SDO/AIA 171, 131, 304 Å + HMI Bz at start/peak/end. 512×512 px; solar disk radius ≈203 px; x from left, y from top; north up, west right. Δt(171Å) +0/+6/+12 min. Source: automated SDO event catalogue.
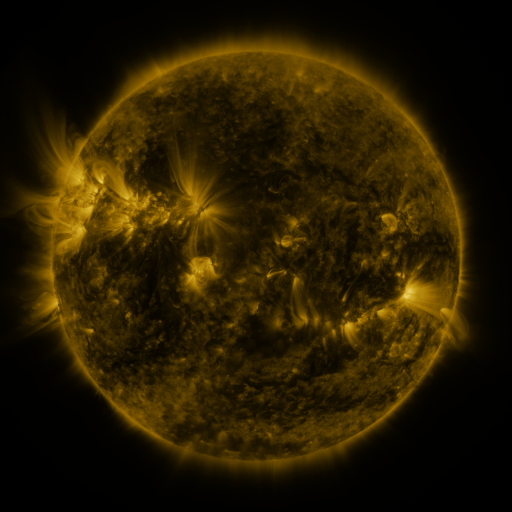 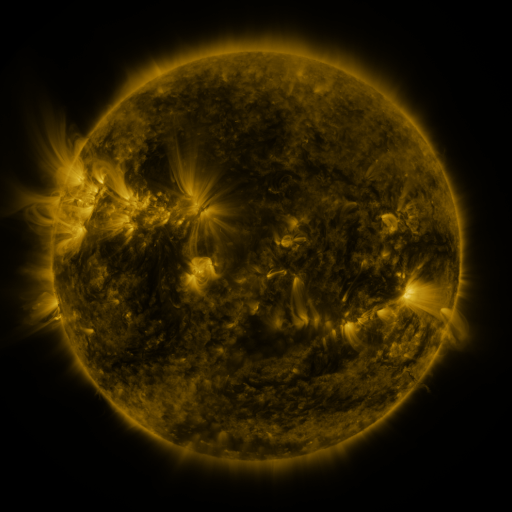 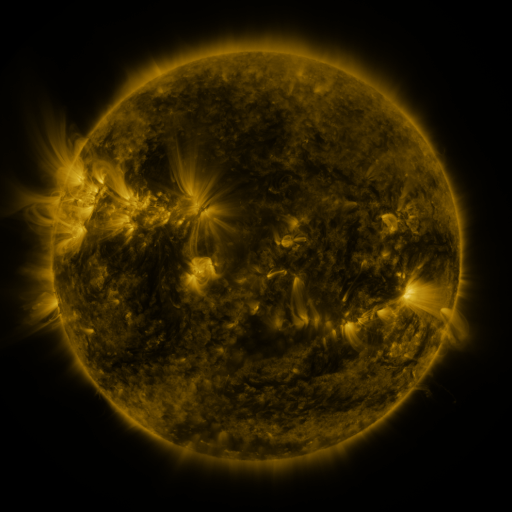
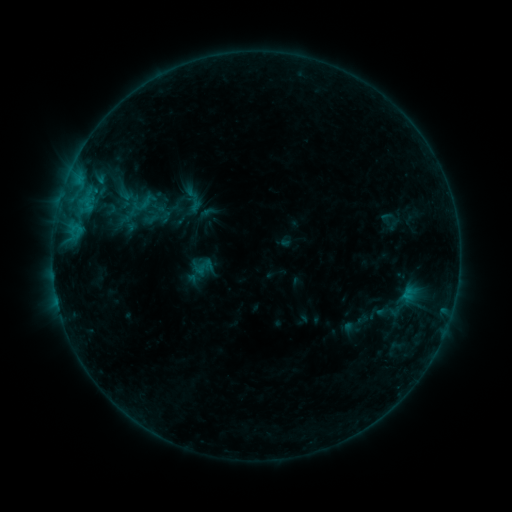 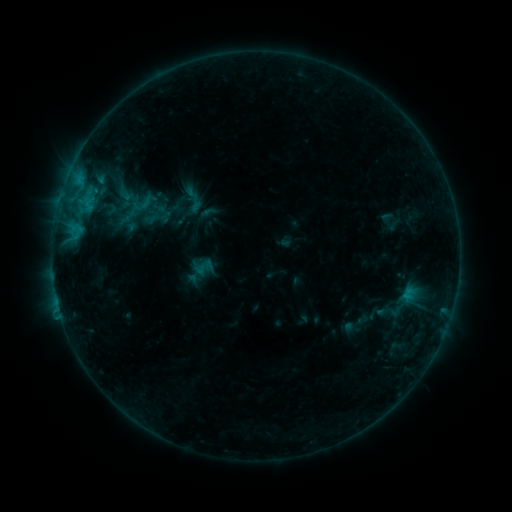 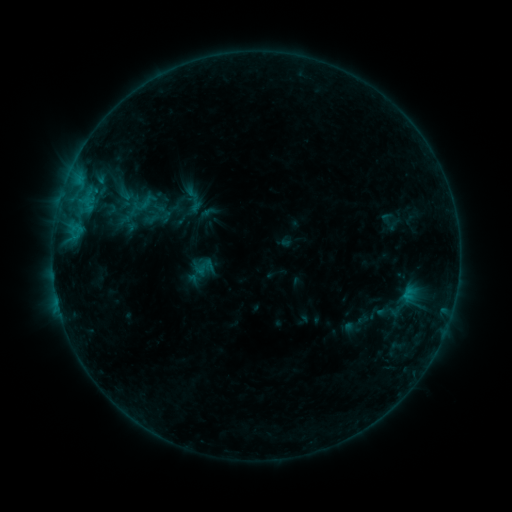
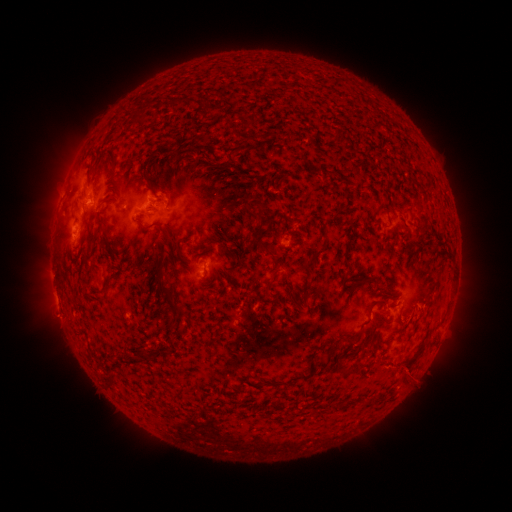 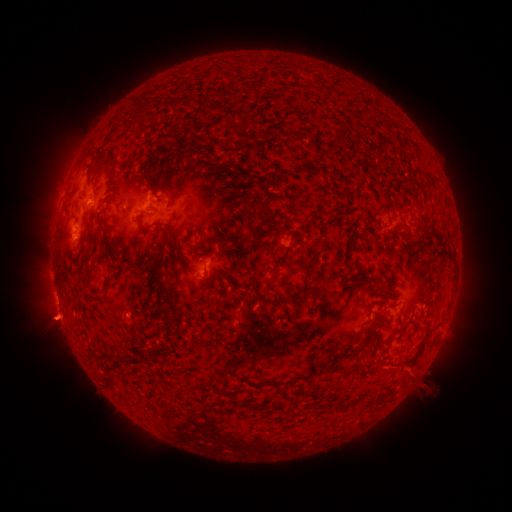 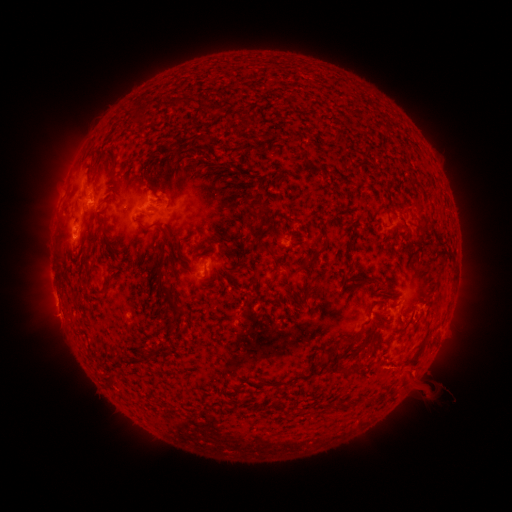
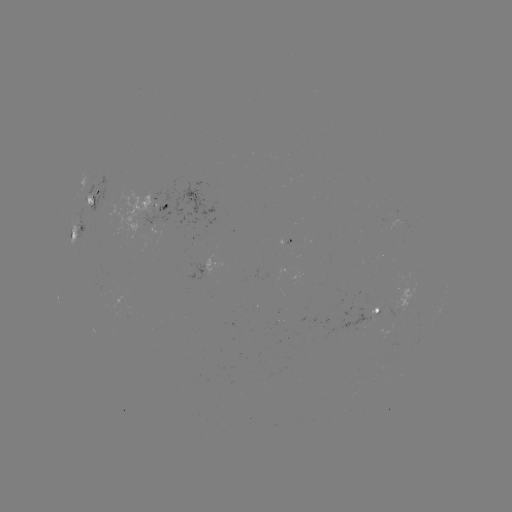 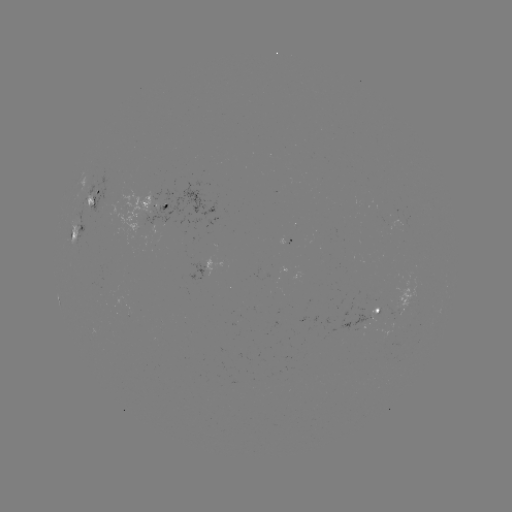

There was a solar eruption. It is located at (55, 319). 